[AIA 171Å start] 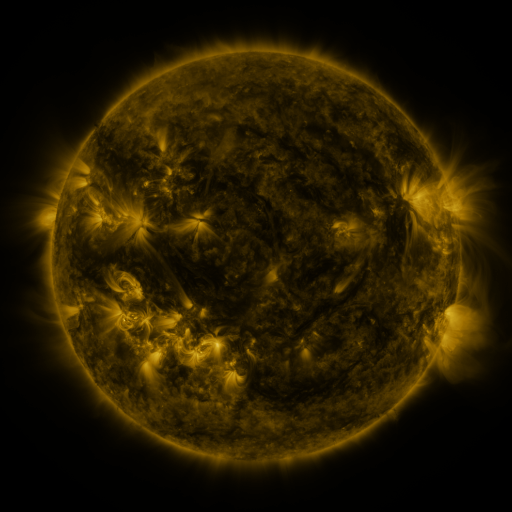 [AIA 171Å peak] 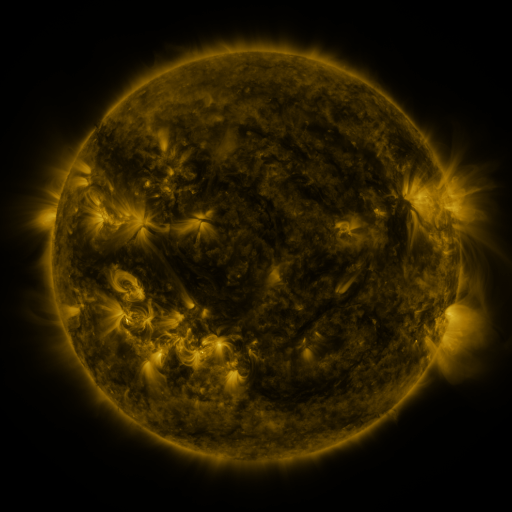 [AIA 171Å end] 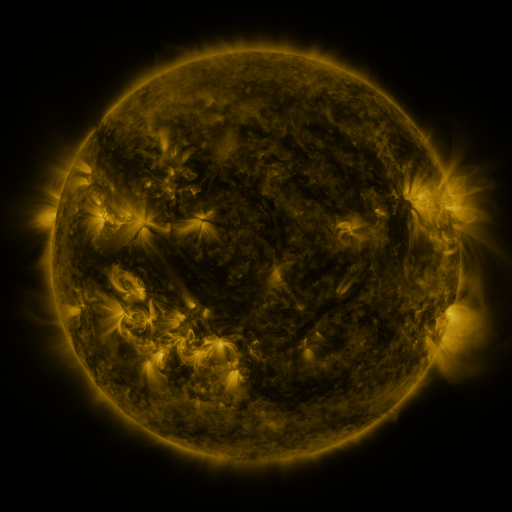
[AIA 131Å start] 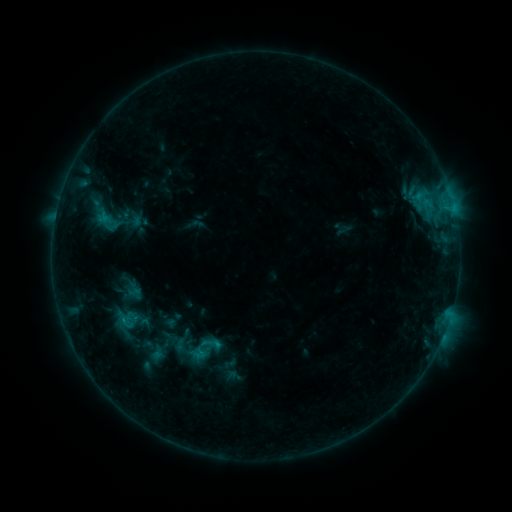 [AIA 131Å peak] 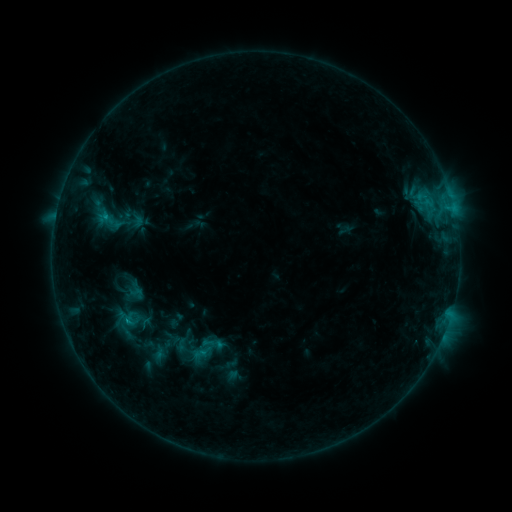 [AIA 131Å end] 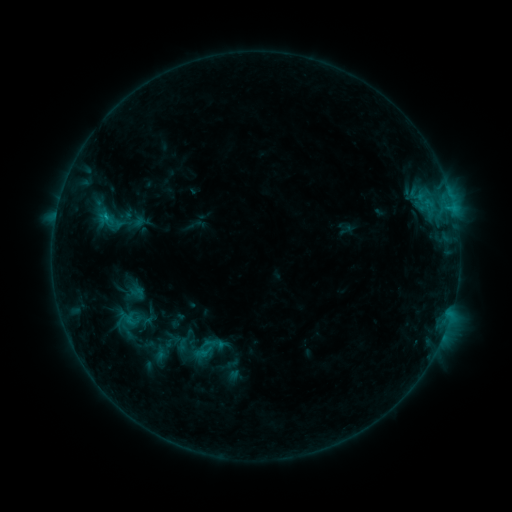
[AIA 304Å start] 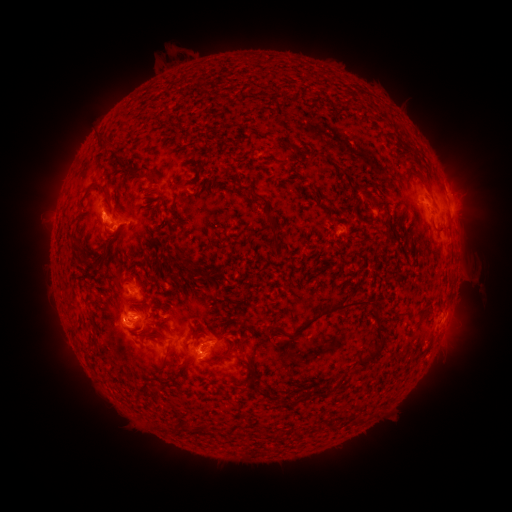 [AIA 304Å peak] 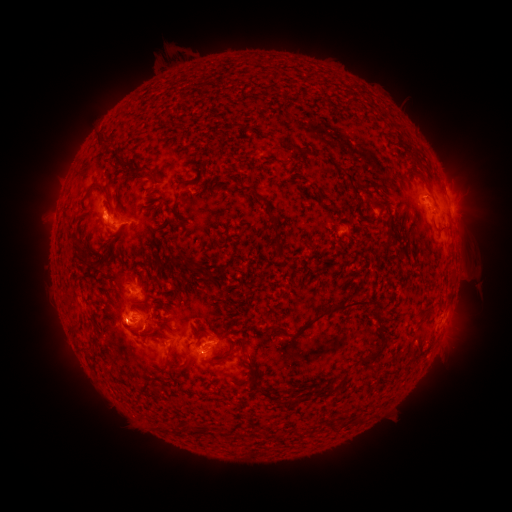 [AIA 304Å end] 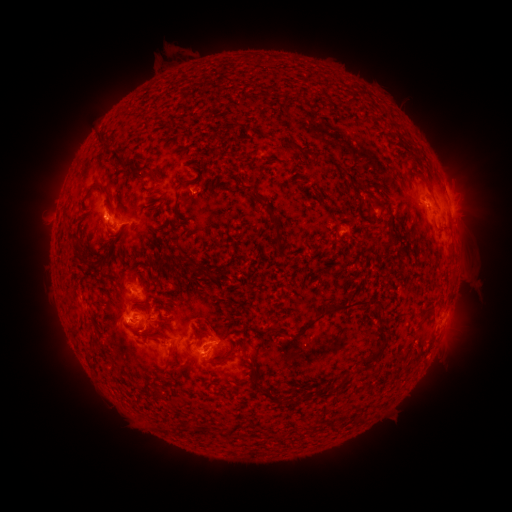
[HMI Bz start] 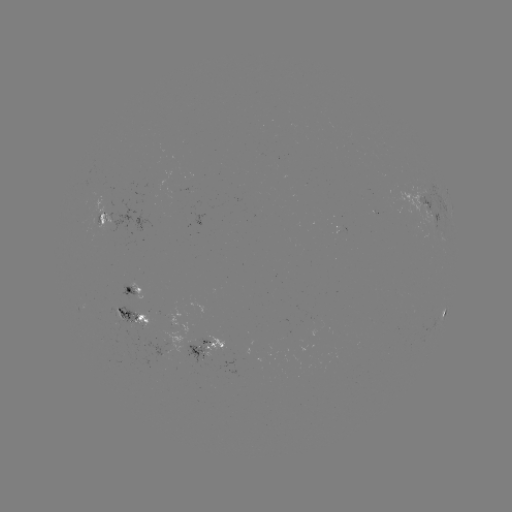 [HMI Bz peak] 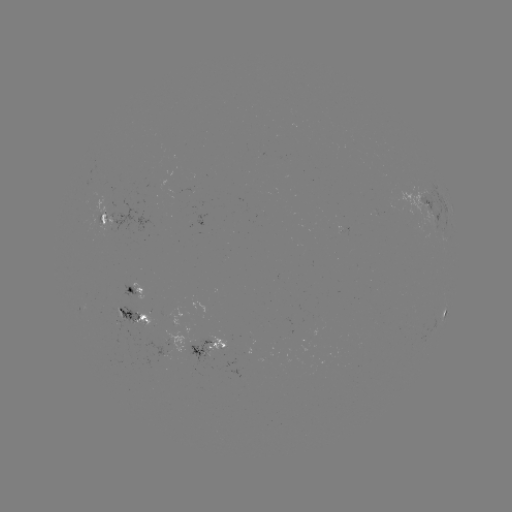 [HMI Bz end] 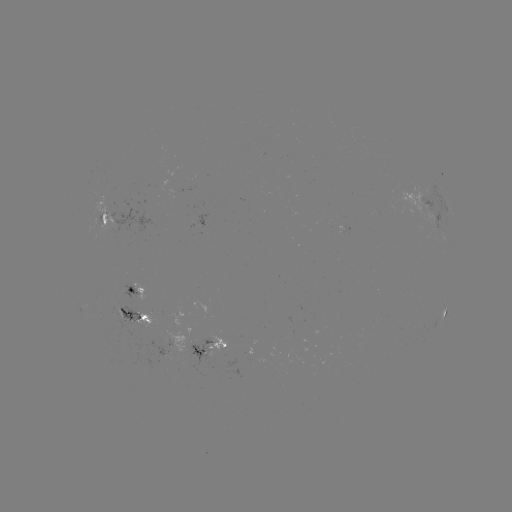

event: emerging-flux region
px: (196, 343)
